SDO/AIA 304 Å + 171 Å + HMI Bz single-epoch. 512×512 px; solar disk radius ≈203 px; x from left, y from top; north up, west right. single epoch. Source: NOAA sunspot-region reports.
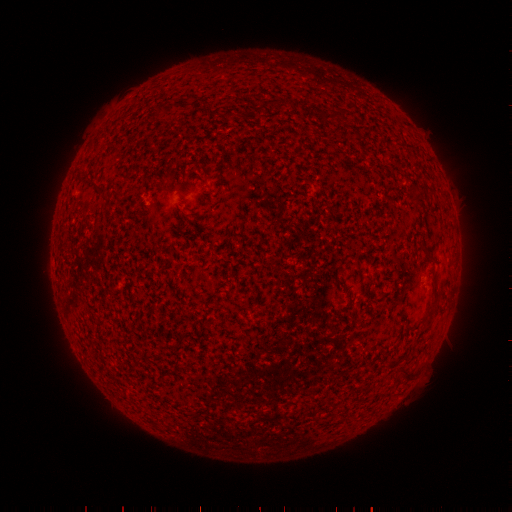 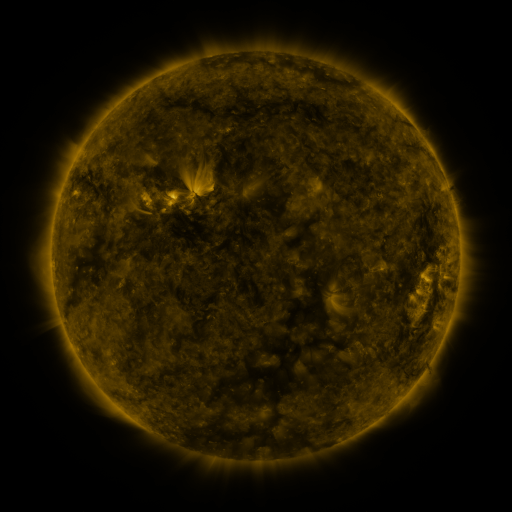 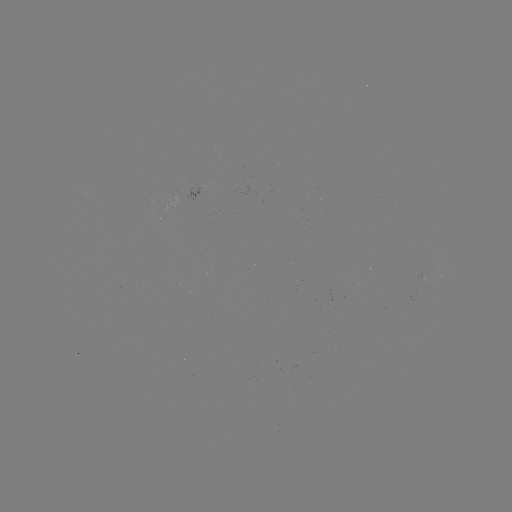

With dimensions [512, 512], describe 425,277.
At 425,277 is spotted active region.